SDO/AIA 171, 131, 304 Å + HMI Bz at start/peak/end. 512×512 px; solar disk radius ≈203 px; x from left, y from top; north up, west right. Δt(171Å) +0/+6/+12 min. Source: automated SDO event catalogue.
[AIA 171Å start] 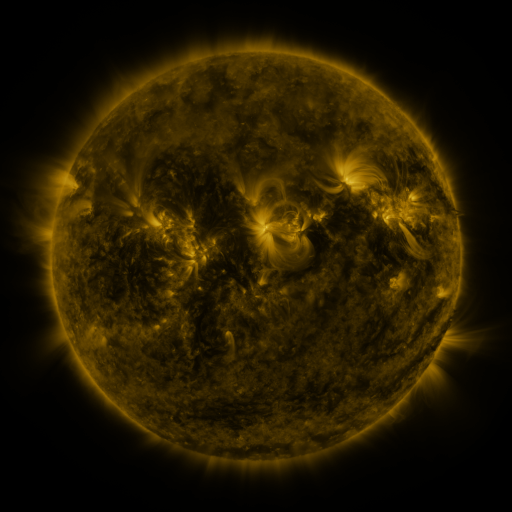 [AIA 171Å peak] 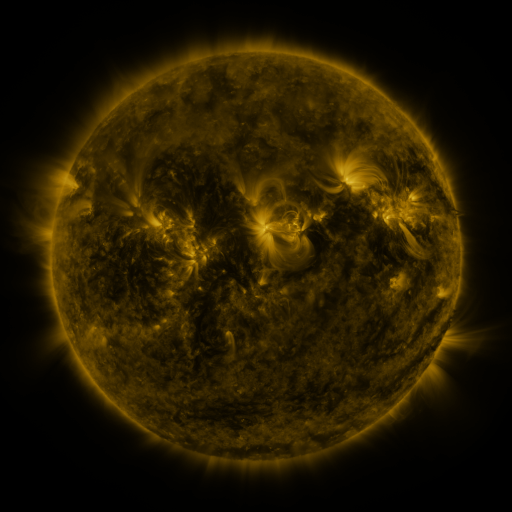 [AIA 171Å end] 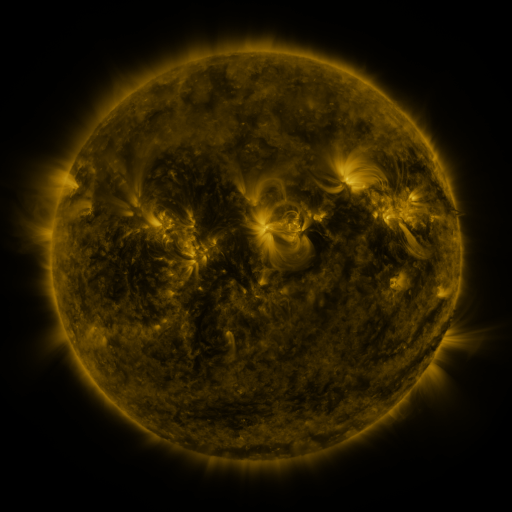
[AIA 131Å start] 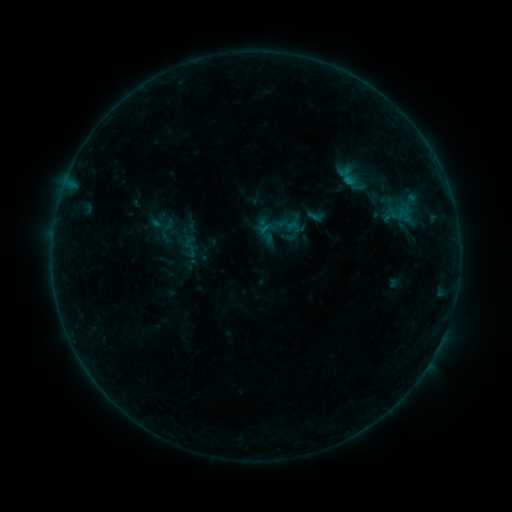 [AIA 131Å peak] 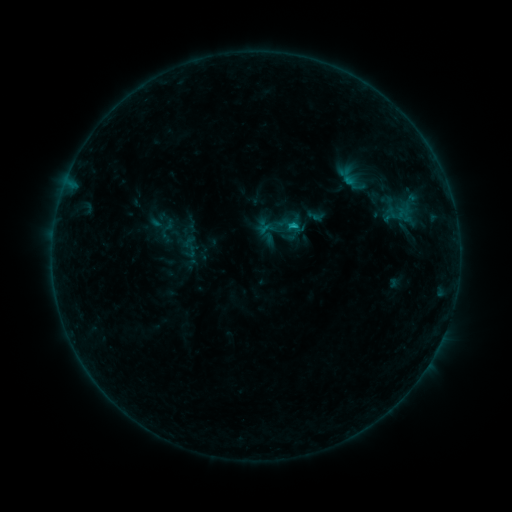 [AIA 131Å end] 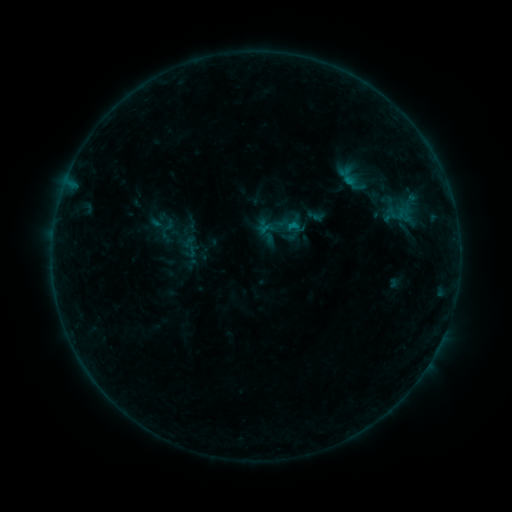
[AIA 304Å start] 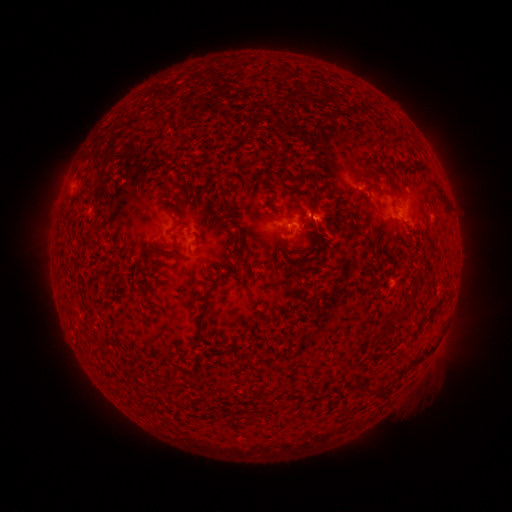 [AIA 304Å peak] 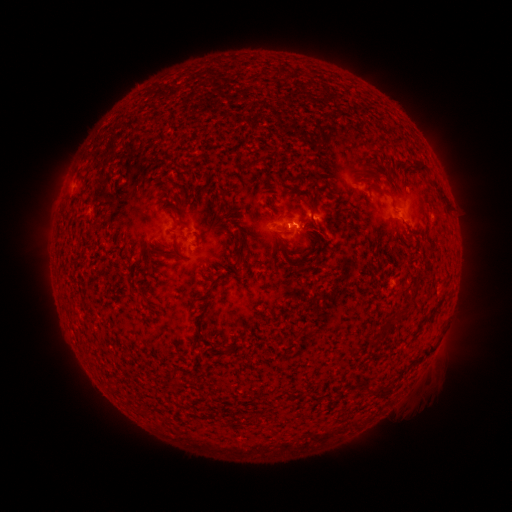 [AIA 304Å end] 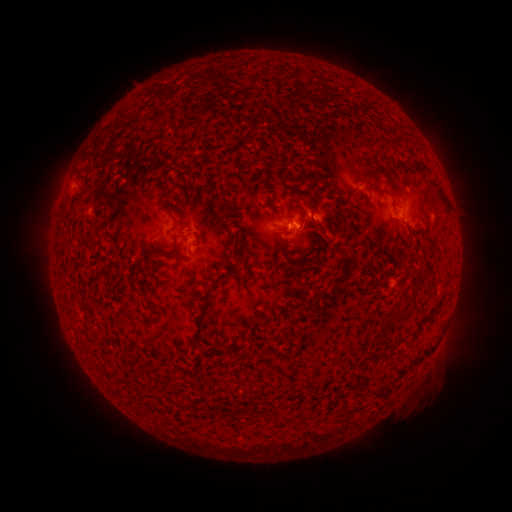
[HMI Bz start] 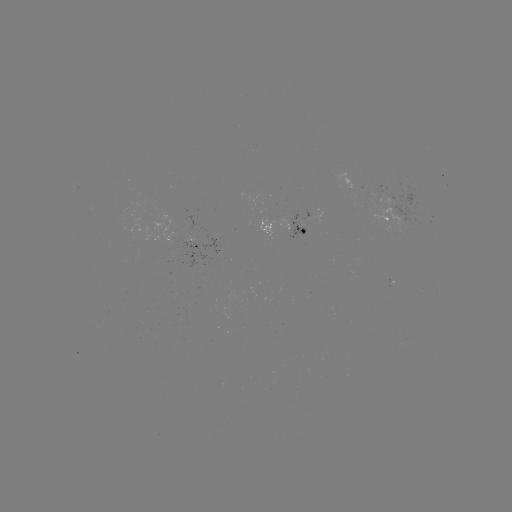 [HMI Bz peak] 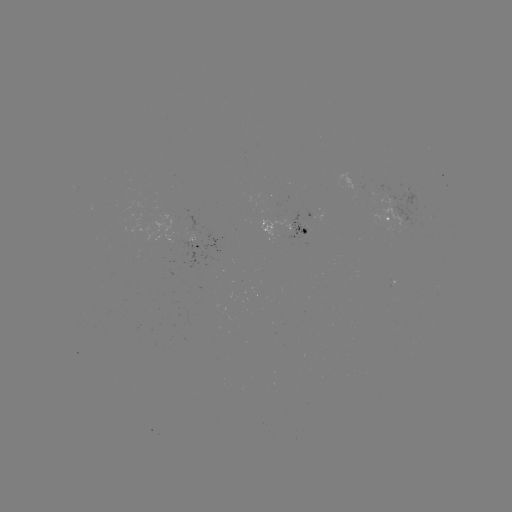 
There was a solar flare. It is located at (291, 228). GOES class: B5.9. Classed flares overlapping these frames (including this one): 1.